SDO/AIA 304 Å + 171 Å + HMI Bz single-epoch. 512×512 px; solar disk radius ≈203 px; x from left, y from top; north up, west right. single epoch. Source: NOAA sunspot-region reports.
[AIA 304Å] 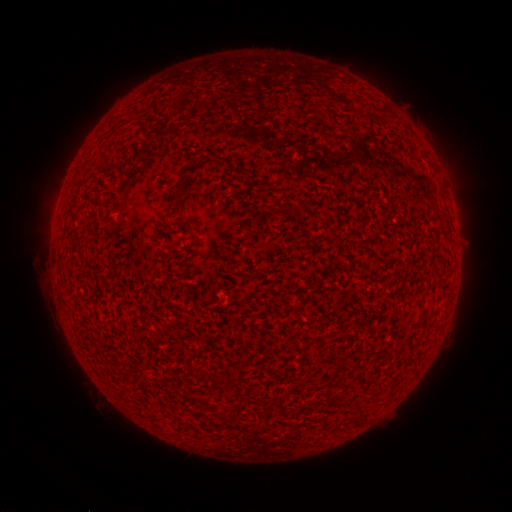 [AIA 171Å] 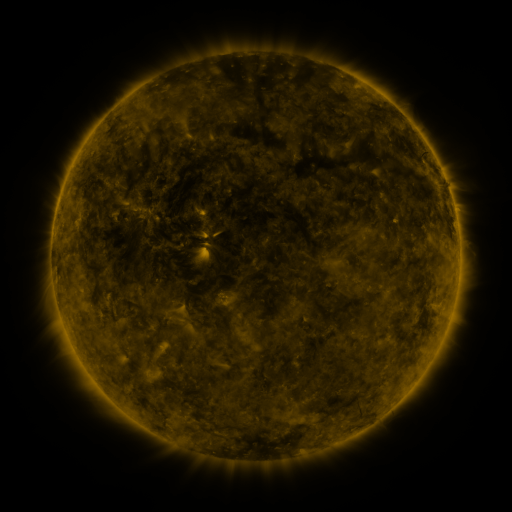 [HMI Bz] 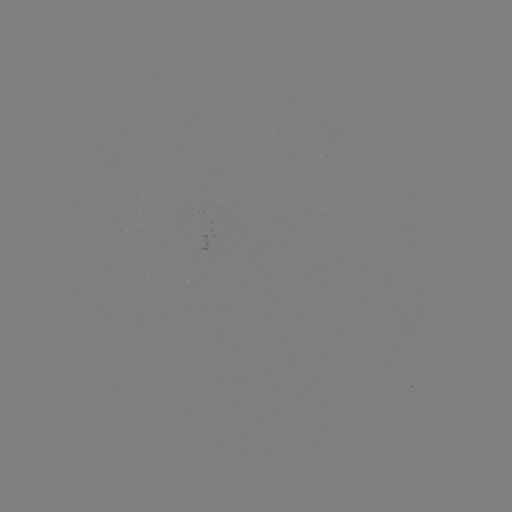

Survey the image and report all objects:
(none)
